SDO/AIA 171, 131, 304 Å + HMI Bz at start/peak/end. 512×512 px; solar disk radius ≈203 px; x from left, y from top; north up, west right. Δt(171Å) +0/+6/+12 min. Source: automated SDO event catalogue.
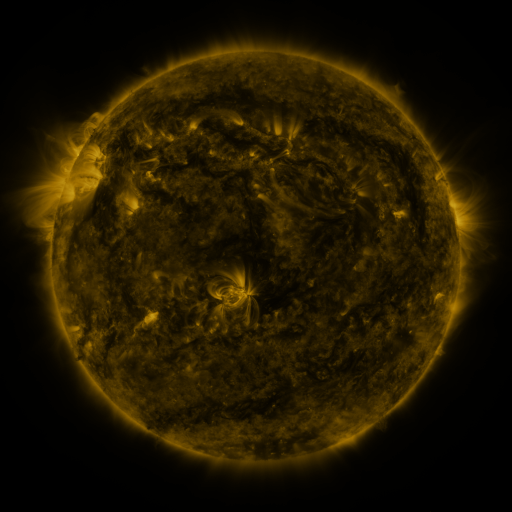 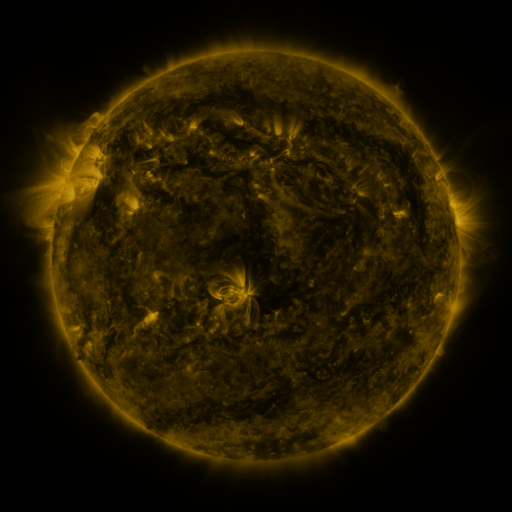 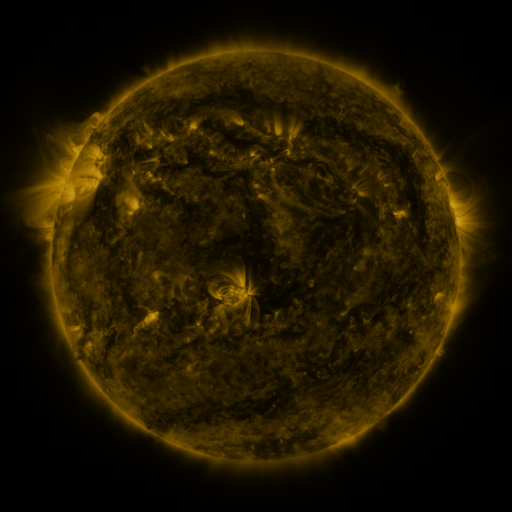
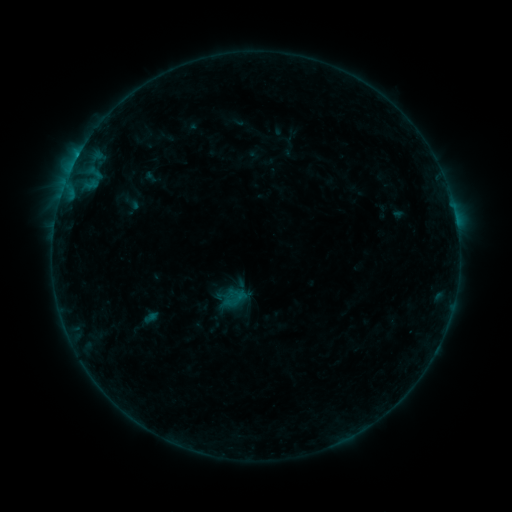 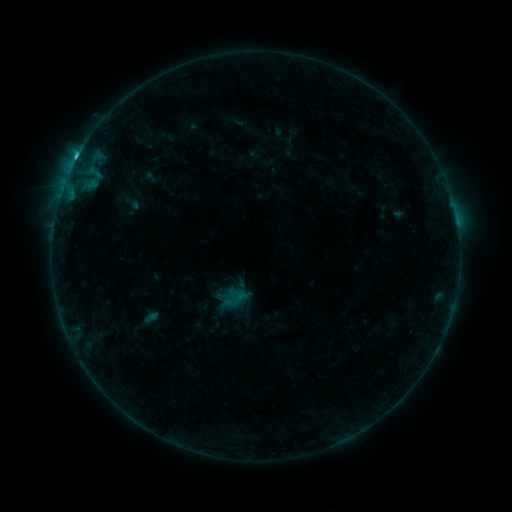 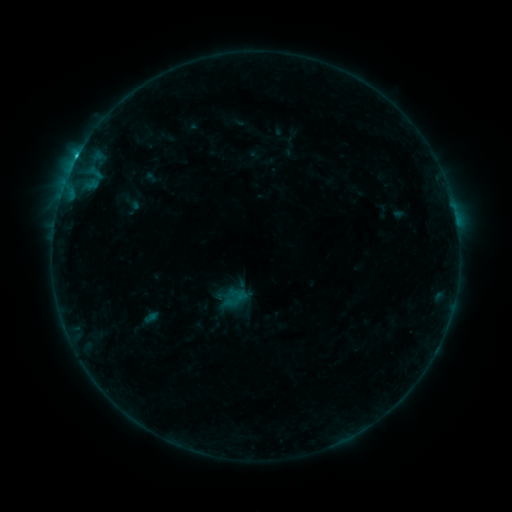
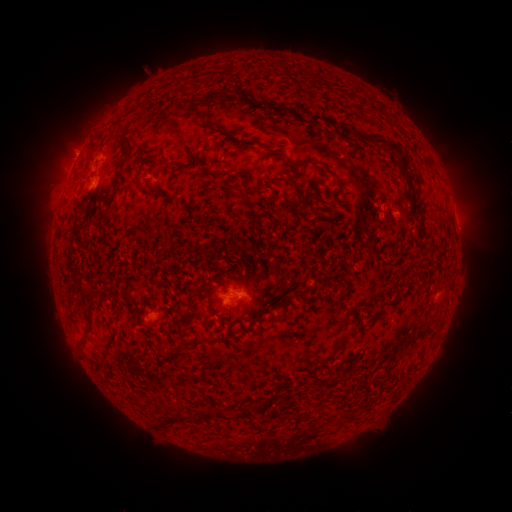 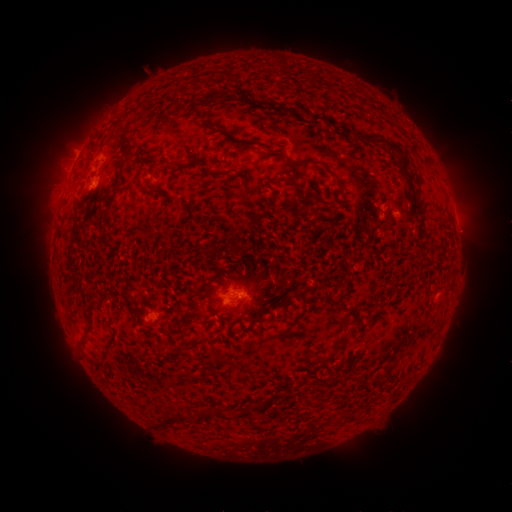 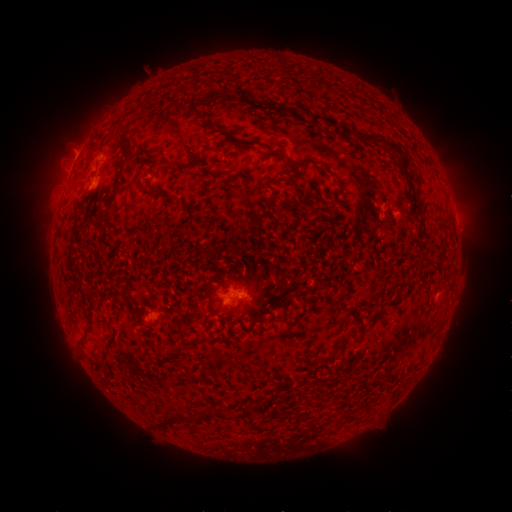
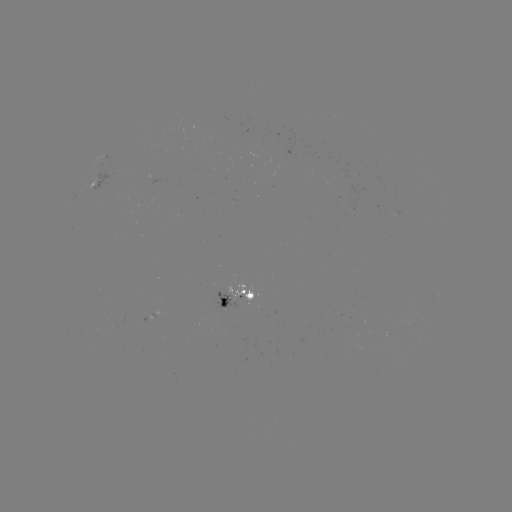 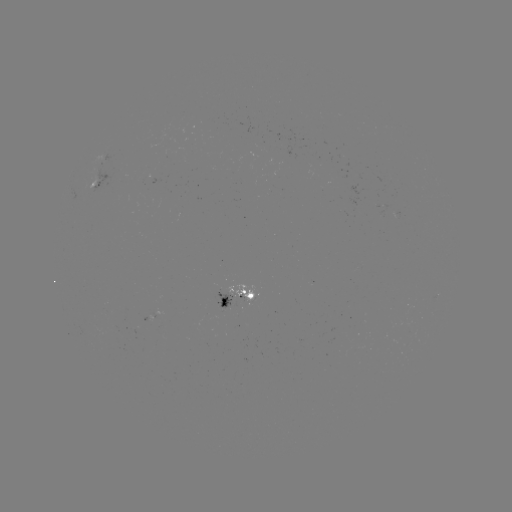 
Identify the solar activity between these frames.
C1.4 flare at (77, 159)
